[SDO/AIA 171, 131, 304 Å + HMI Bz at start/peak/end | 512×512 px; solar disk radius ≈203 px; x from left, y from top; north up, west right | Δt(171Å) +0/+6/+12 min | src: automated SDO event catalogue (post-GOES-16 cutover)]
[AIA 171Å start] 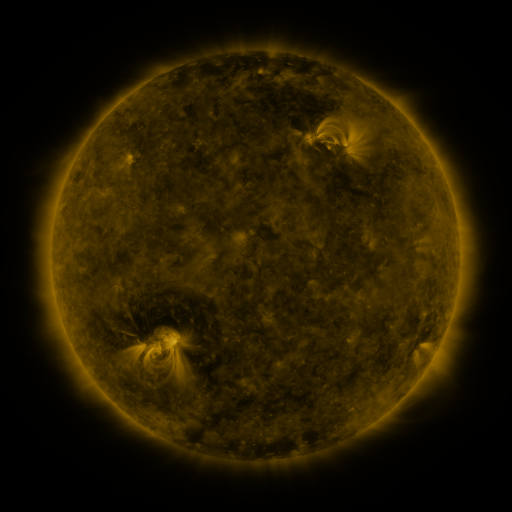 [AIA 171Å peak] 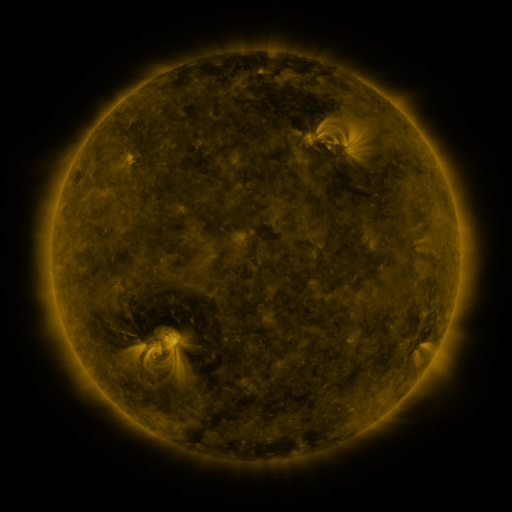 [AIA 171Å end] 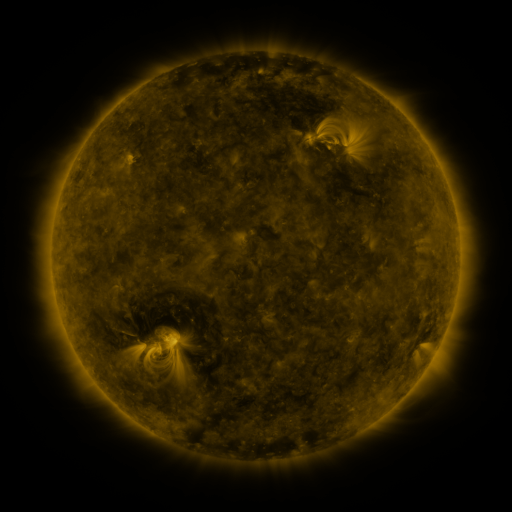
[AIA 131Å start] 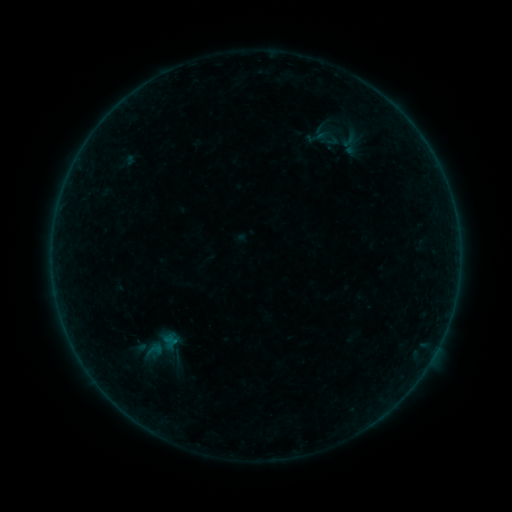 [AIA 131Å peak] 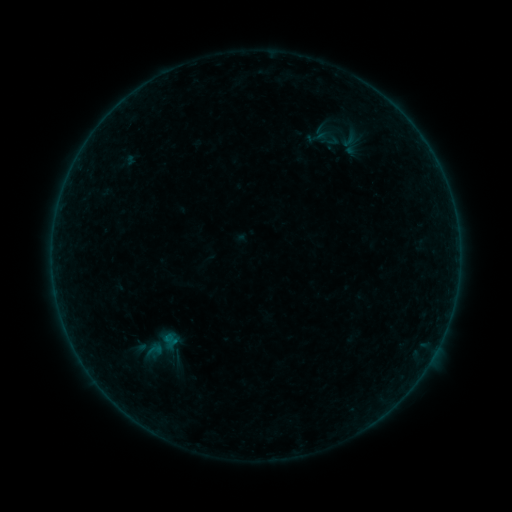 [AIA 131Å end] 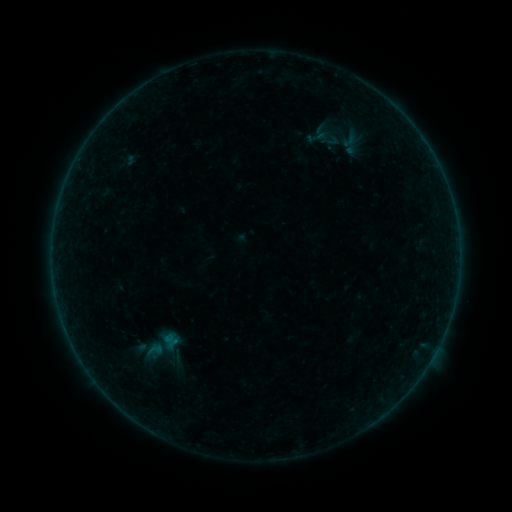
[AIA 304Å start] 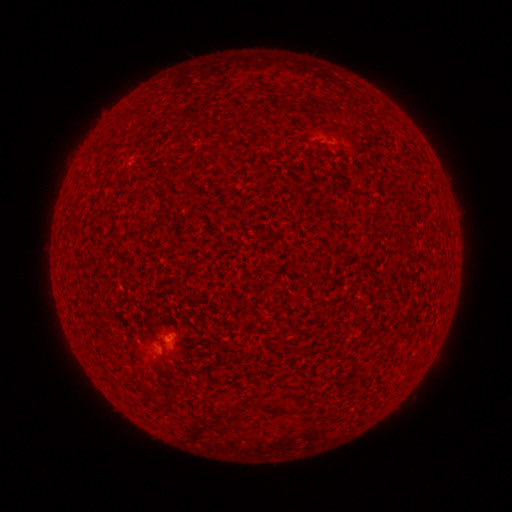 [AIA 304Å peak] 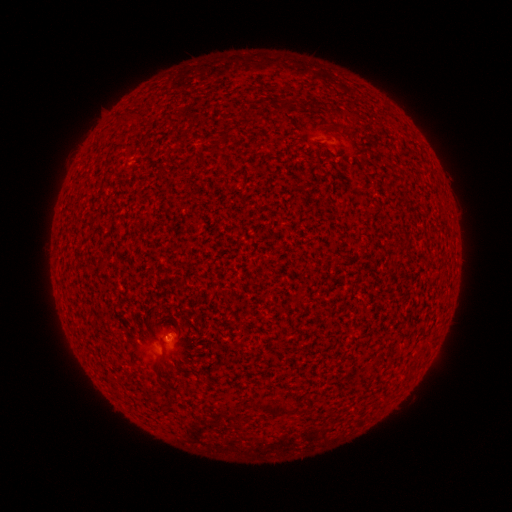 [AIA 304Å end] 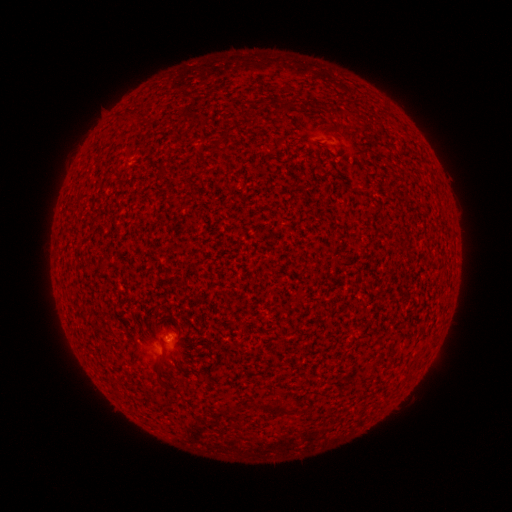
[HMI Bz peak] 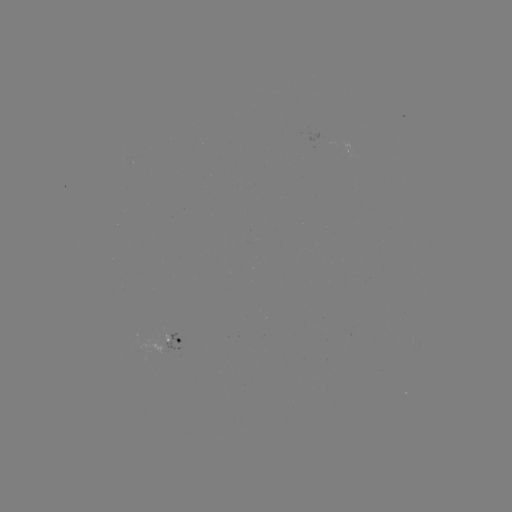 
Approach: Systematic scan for A6.1 flare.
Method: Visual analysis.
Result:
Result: A6.1 flare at (170, 336).